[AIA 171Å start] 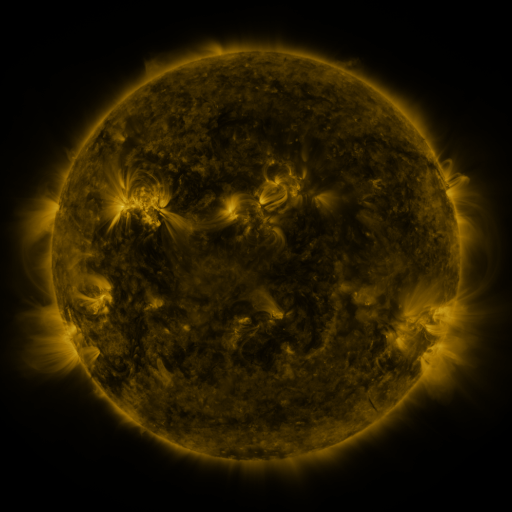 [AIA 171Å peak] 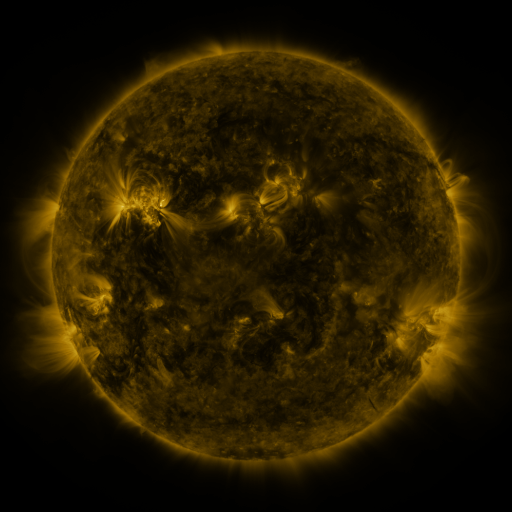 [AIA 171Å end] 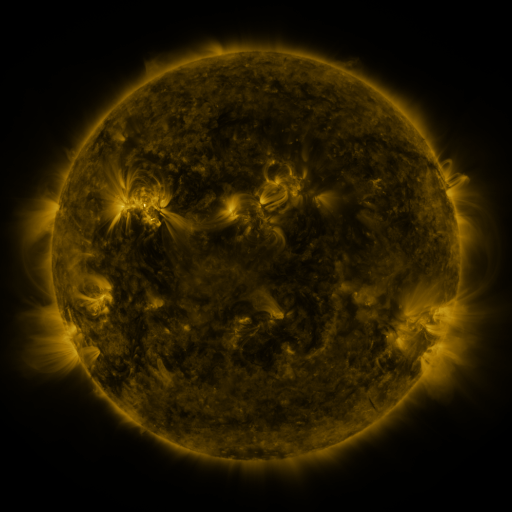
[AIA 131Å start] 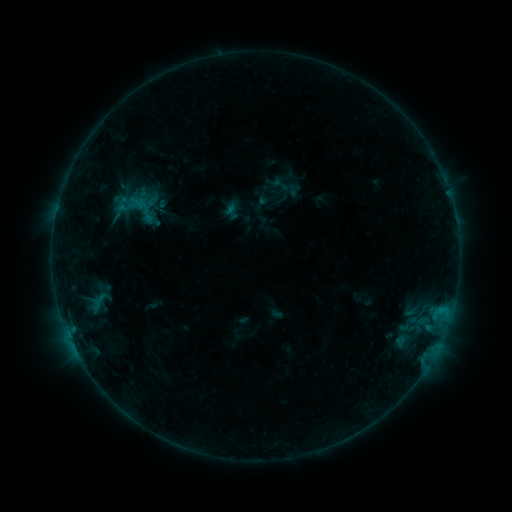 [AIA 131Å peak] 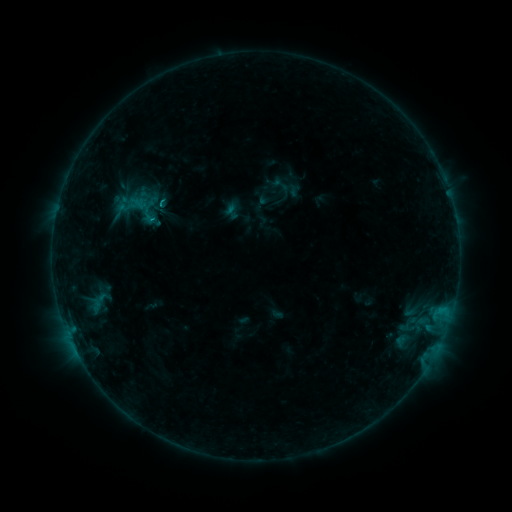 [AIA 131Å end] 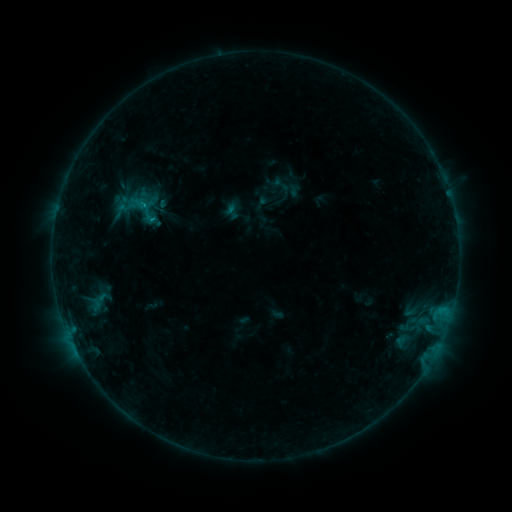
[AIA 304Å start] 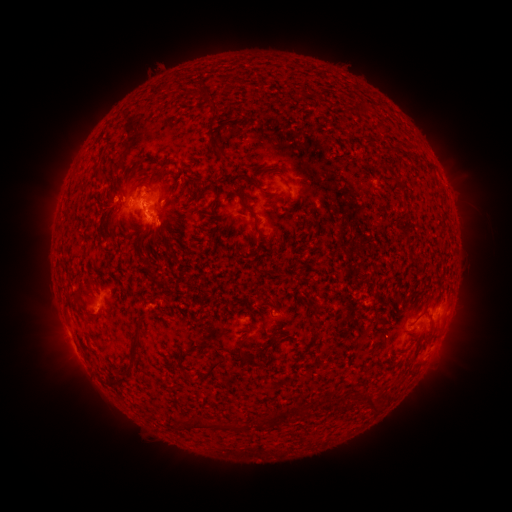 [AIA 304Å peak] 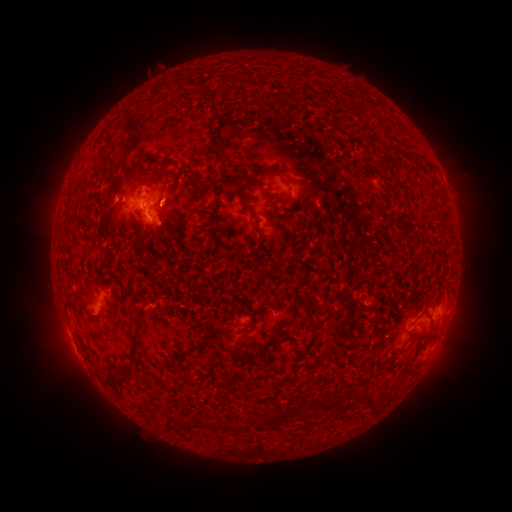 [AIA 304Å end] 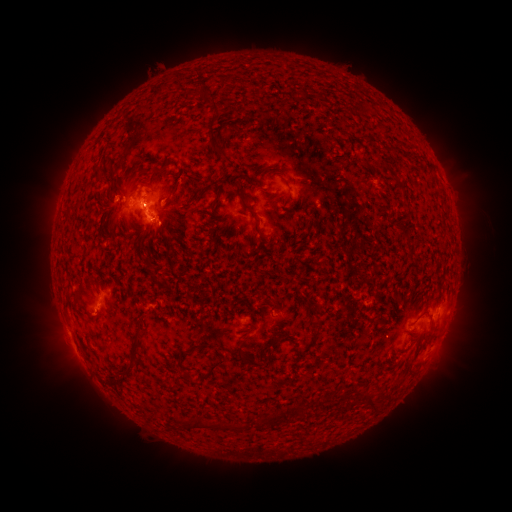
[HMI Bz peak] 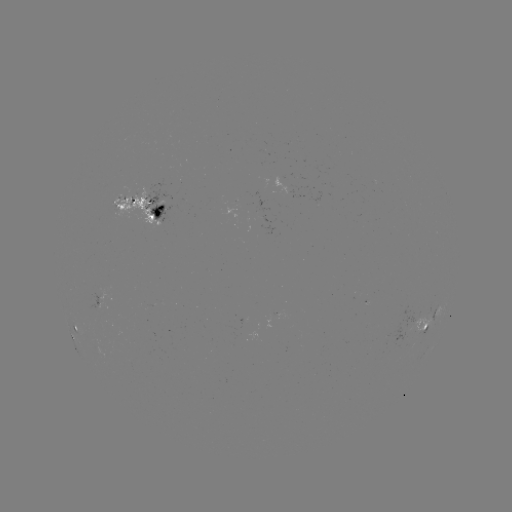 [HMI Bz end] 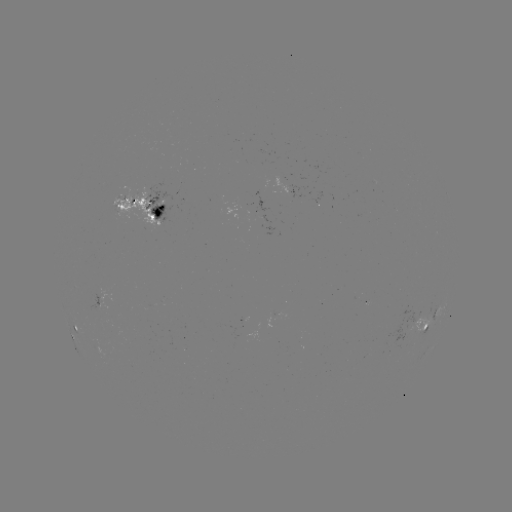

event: flare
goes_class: B4.7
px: (154, 221)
